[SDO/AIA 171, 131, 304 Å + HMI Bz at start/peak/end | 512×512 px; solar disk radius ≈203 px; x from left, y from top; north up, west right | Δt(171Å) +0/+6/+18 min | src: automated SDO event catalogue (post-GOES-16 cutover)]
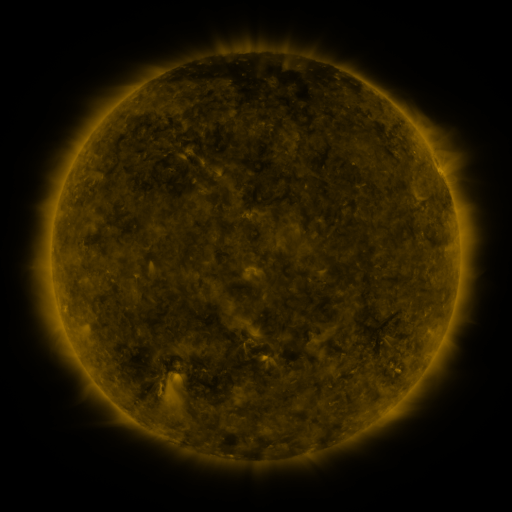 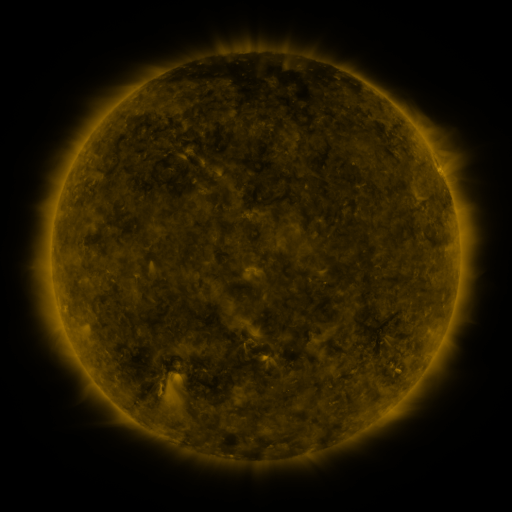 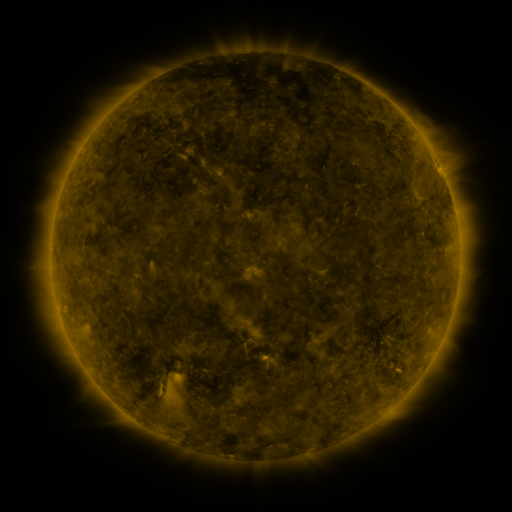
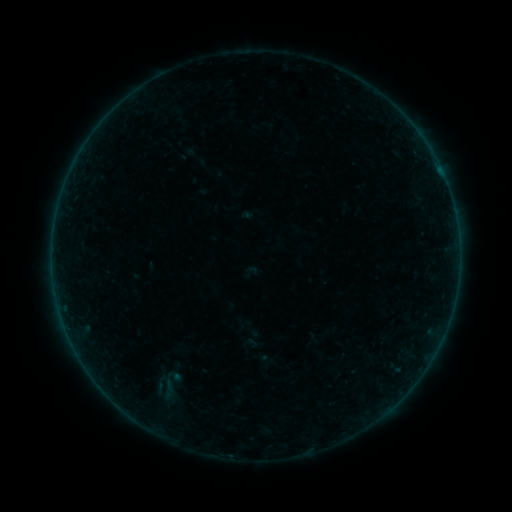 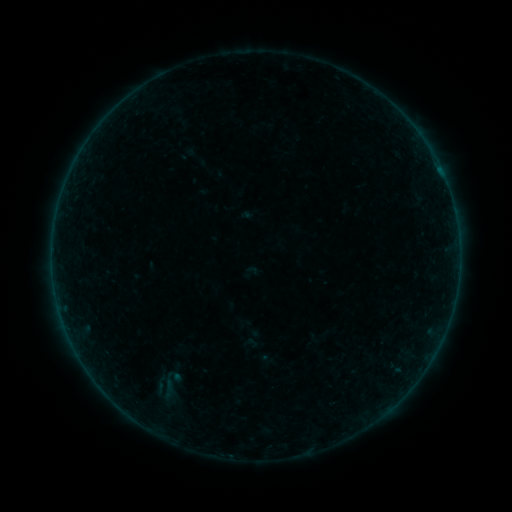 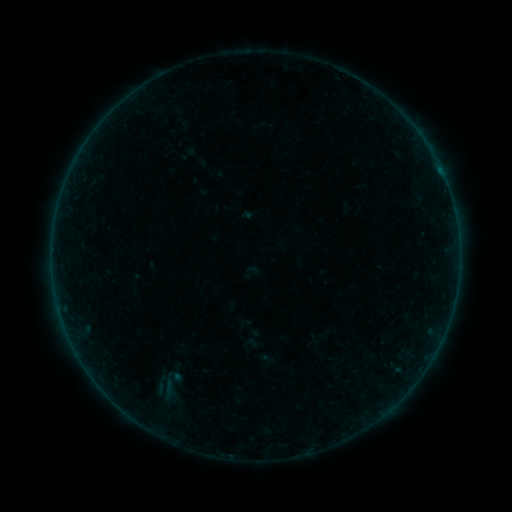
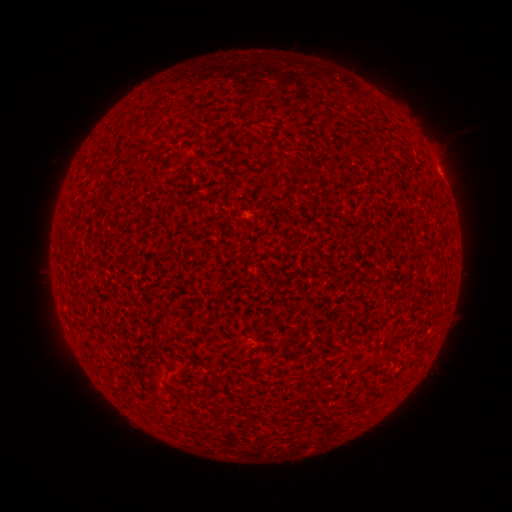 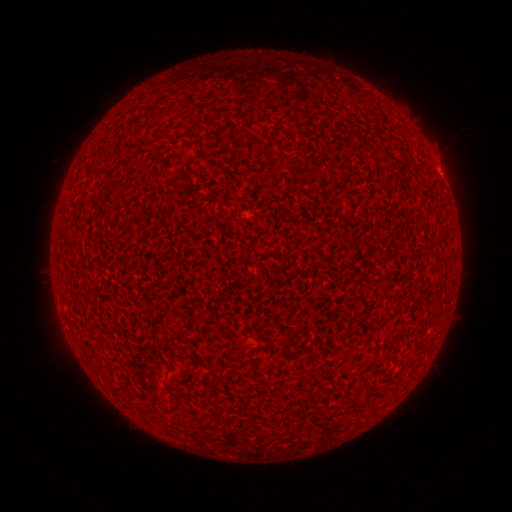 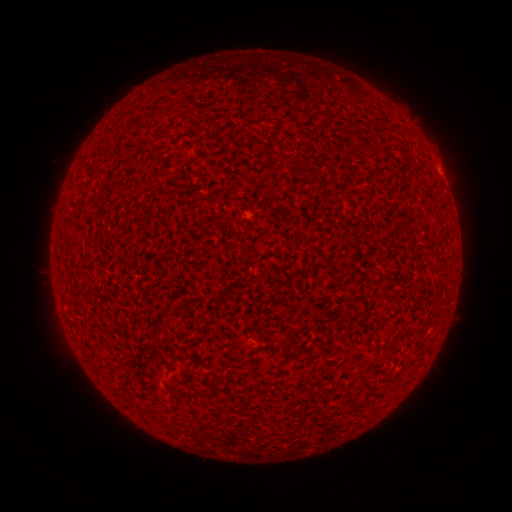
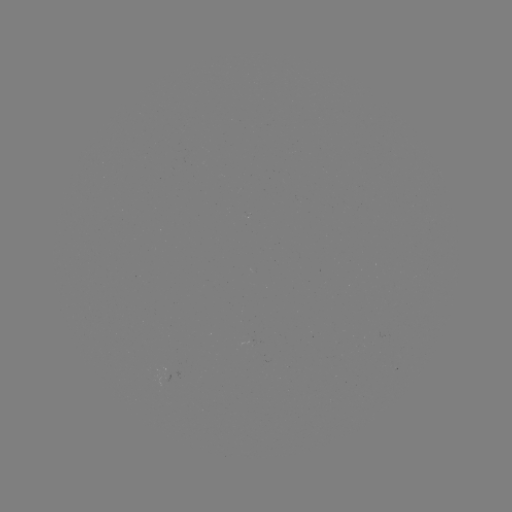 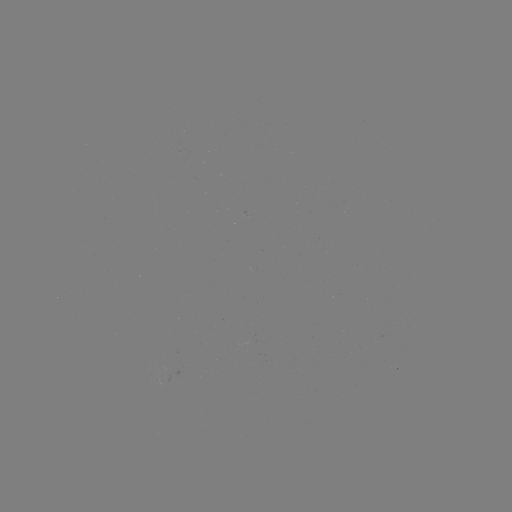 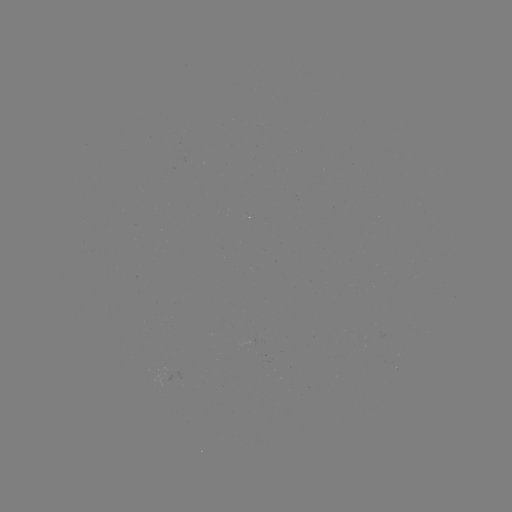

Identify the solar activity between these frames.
A1.7 flare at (442, 178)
